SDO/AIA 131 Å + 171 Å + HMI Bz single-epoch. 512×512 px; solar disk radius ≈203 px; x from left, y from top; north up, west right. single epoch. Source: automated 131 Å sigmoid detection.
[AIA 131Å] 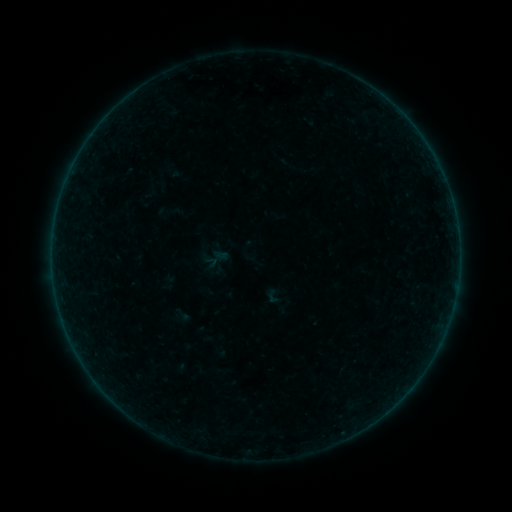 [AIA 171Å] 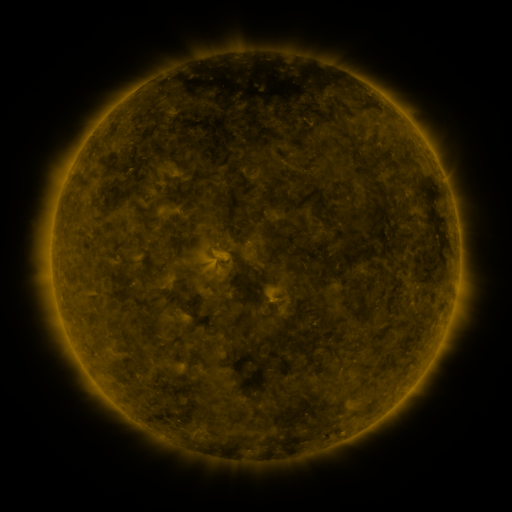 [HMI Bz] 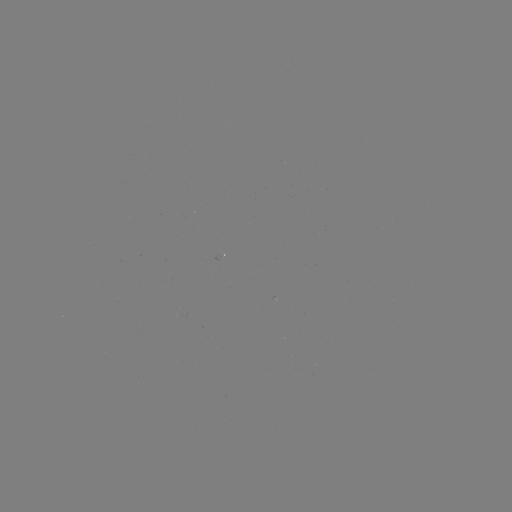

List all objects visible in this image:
sigmoid: (273, 298)
sigmoid: (180, 316)
